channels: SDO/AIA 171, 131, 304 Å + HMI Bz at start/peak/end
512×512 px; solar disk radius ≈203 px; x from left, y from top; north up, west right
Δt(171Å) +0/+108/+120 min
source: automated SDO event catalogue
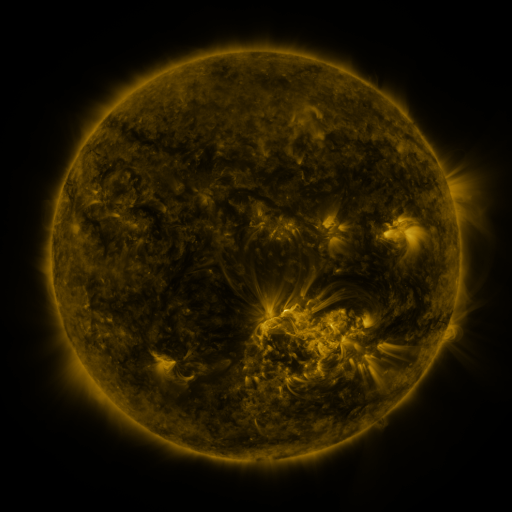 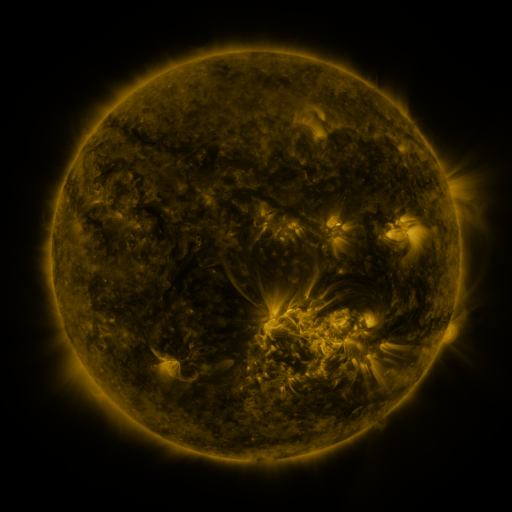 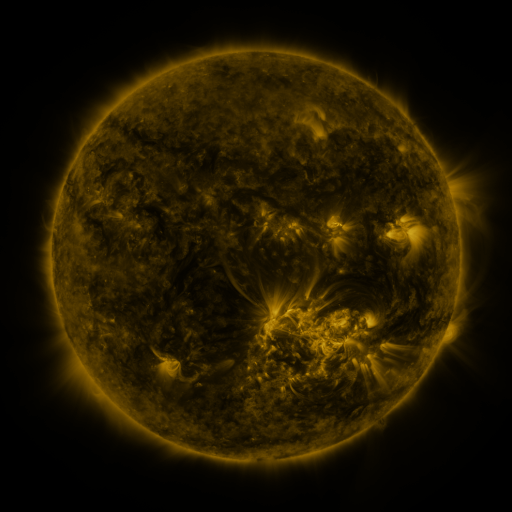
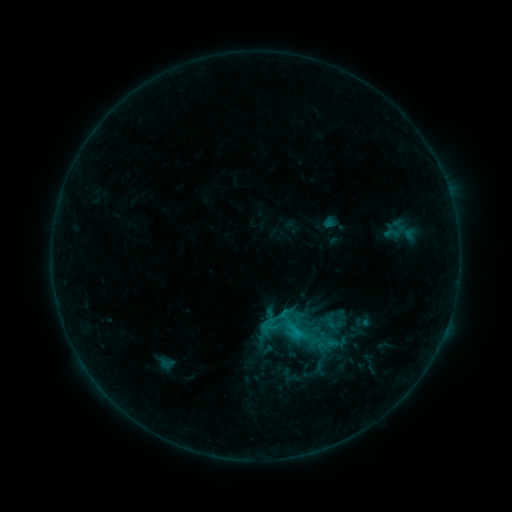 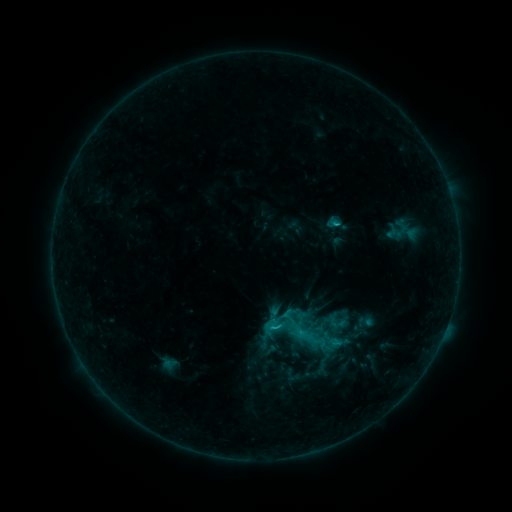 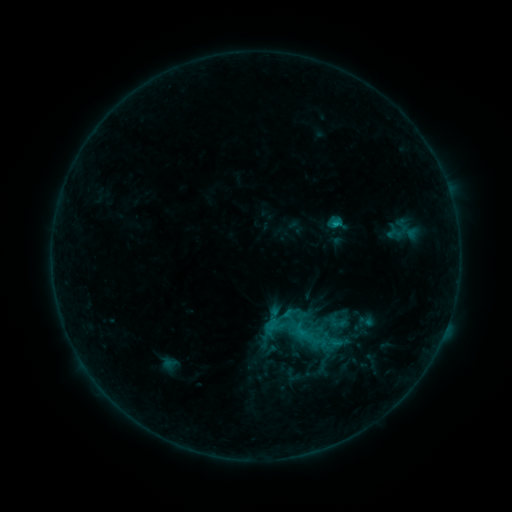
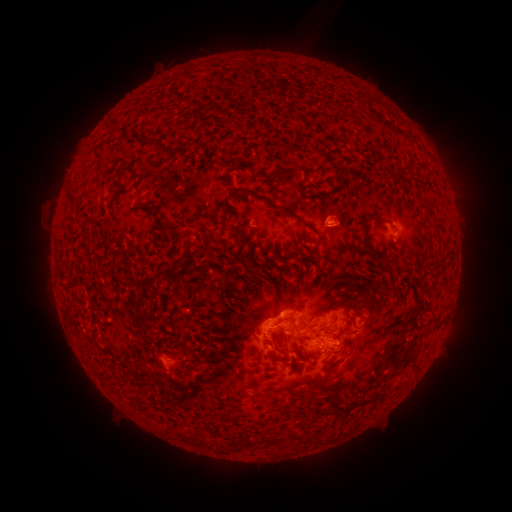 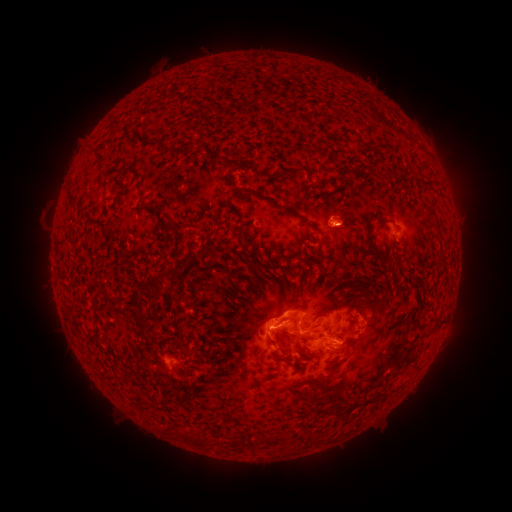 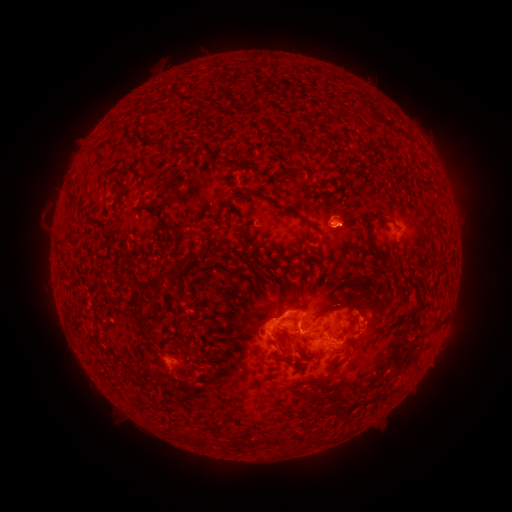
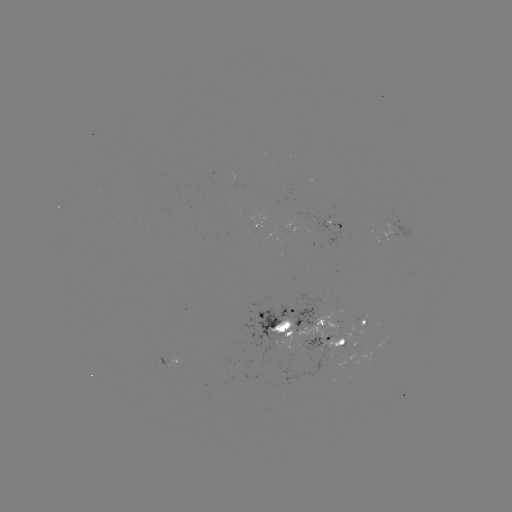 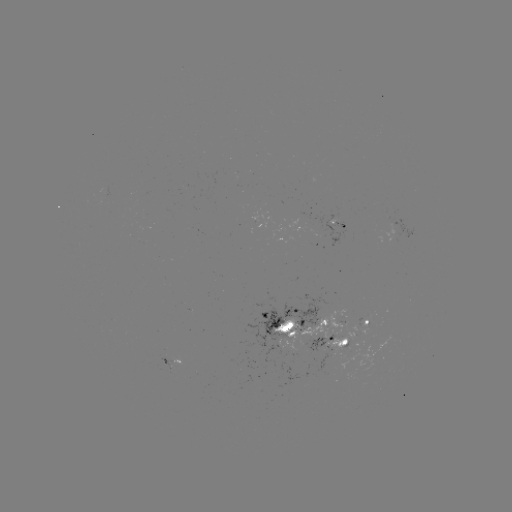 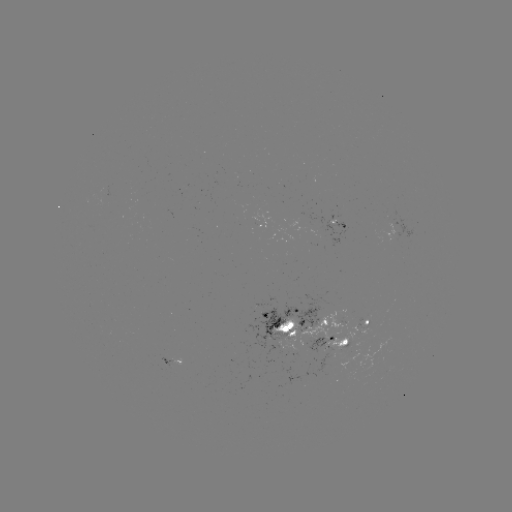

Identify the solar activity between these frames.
emerging-flux region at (355, 326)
